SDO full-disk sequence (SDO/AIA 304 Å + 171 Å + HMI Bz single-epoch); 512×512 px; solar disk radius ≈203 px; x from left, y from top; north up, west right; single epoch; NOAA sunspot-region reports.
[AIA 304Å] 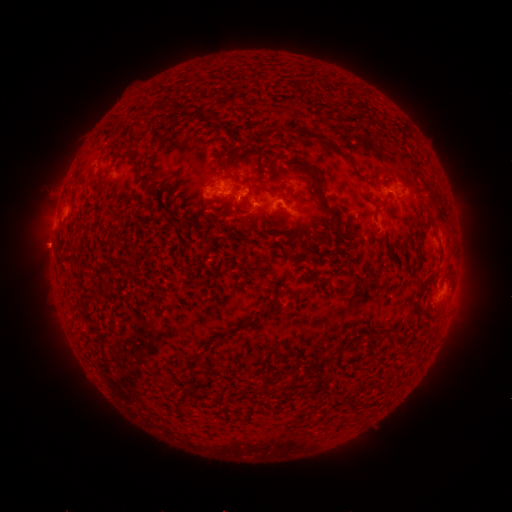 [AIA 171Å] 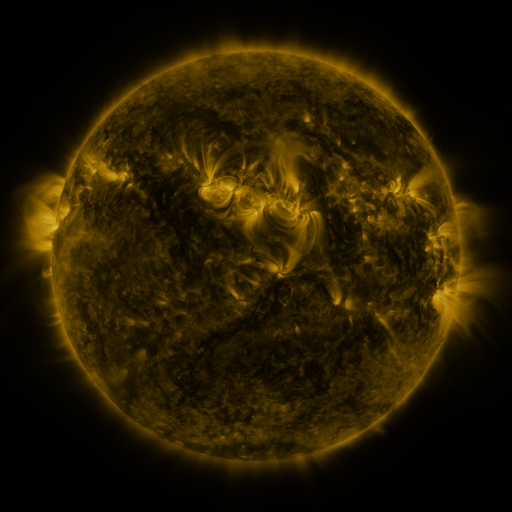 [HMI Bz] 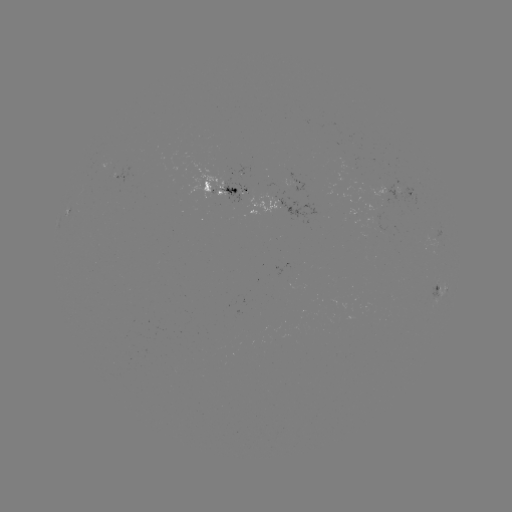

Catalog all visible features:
spotted active region: (122, 174)
spotted active region: (228, 187)
spotted active region: (405, 192)
spotted active region: (287, 204)
spotted active region: (443, 290)
